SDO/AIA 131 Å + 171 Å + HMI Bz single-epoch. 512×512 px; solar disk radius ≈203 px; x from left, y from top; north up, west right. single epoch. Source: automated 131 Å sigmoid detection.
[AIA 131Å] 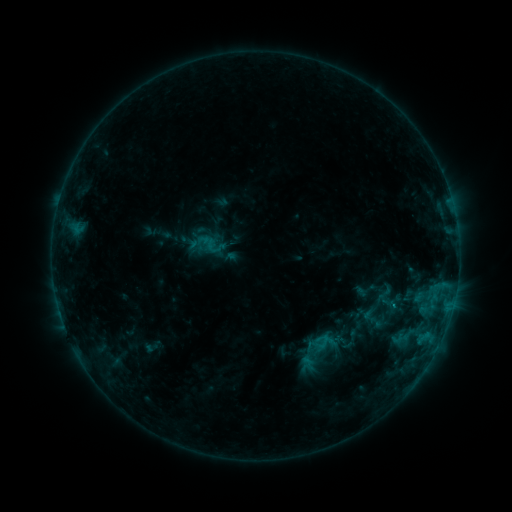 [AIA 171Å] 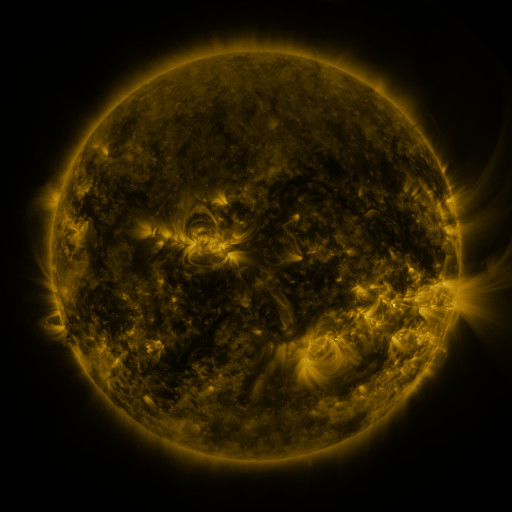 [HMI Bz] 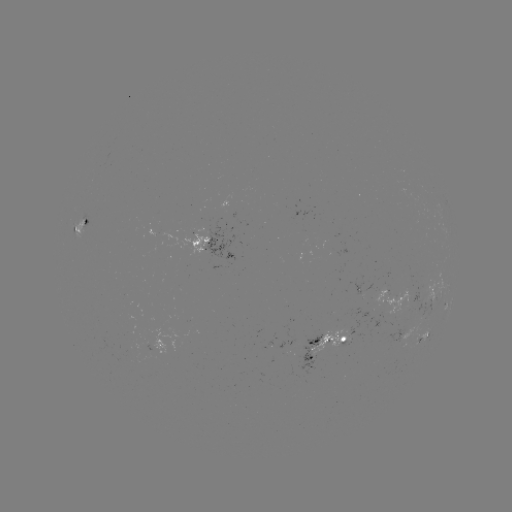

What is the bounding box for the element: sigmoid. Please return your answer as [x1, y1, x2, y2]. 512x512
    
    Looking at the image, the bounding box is [381, 295, 397, 312].